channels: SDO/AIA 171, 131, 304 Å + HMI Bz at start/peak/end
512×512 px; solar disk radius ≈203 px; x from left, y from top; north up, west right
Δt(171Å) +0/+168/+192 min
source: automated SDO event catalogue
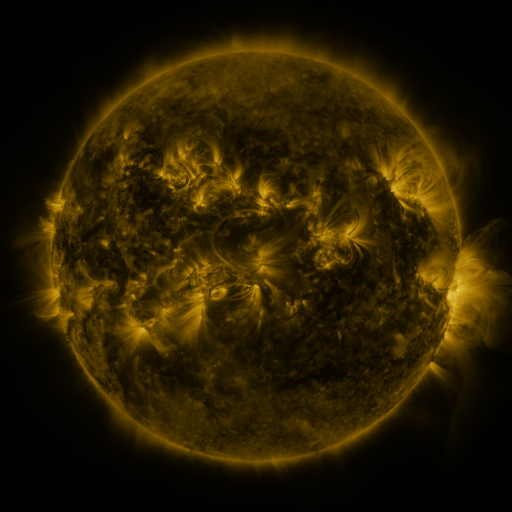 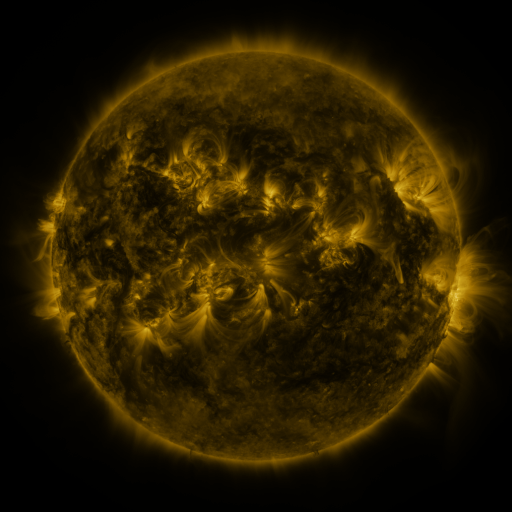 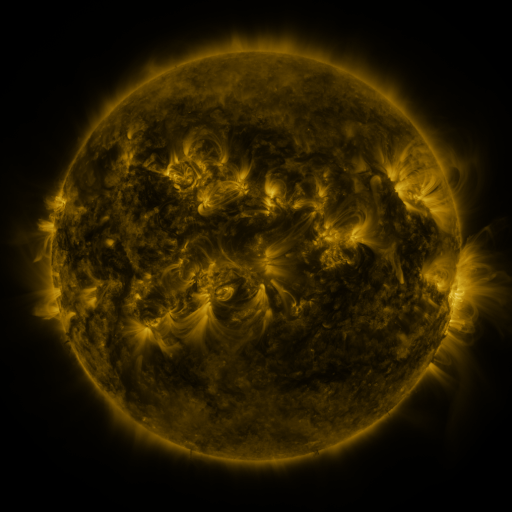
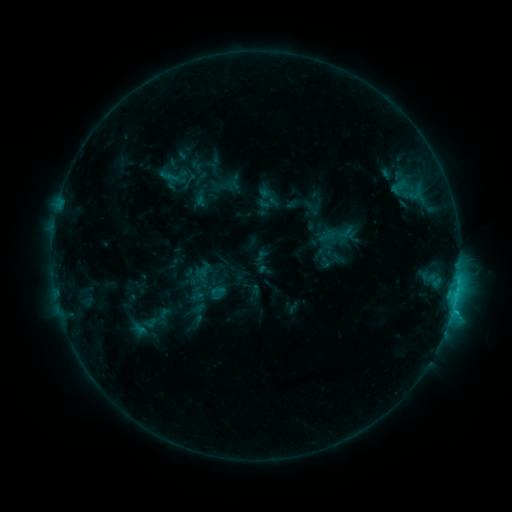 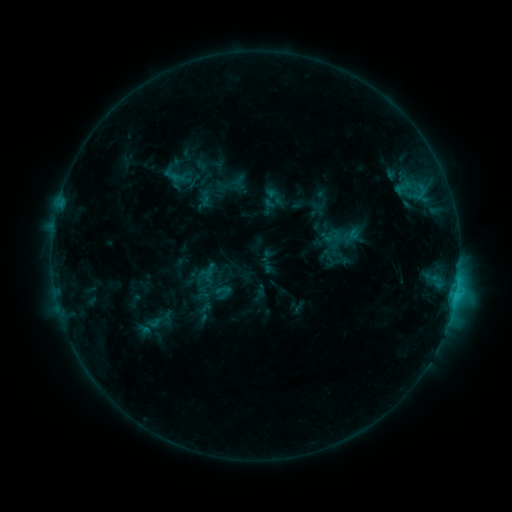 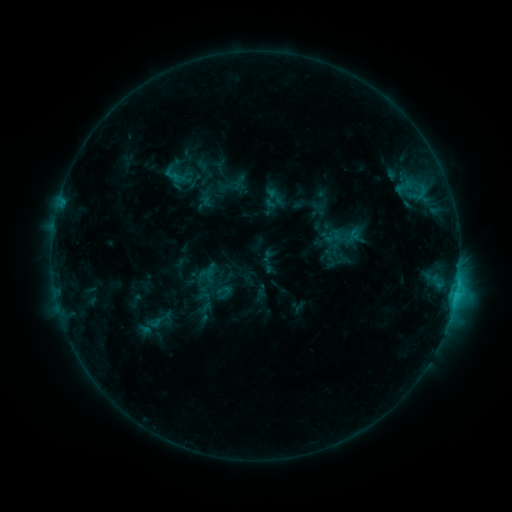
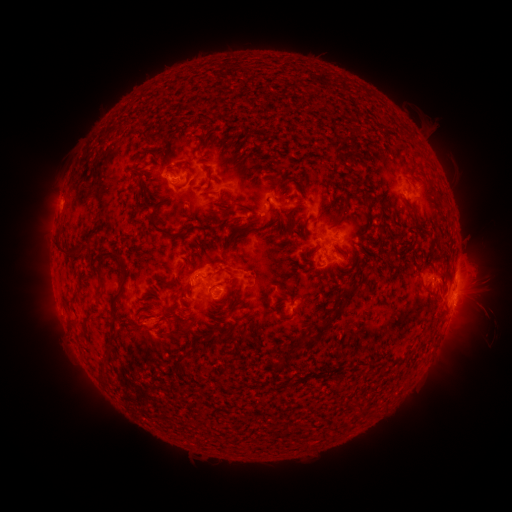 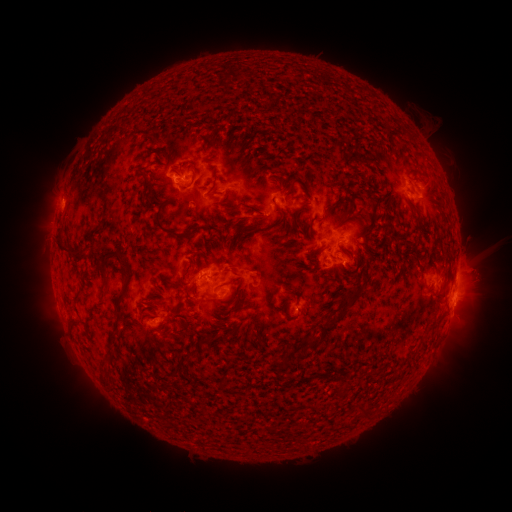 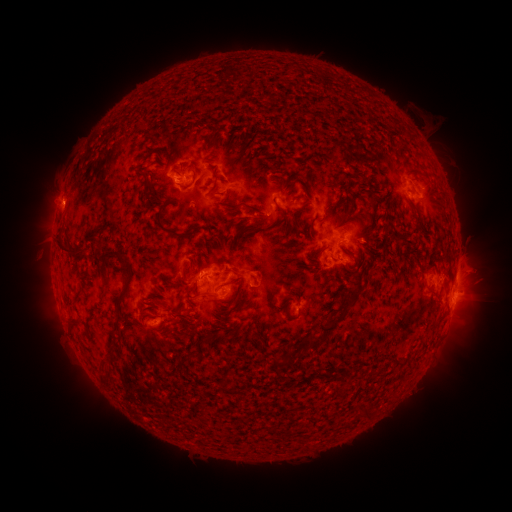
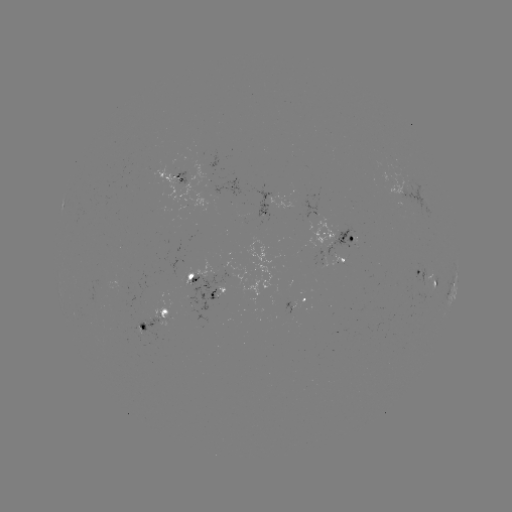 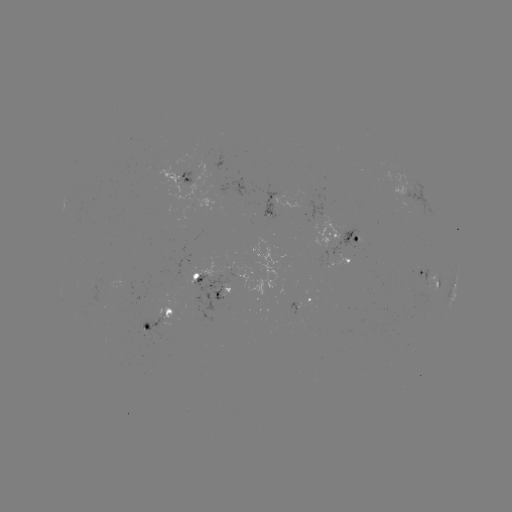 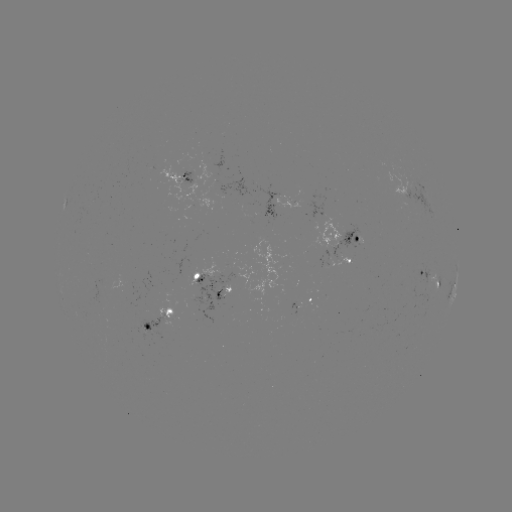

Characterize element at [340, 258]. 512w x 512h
emerging-flux region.